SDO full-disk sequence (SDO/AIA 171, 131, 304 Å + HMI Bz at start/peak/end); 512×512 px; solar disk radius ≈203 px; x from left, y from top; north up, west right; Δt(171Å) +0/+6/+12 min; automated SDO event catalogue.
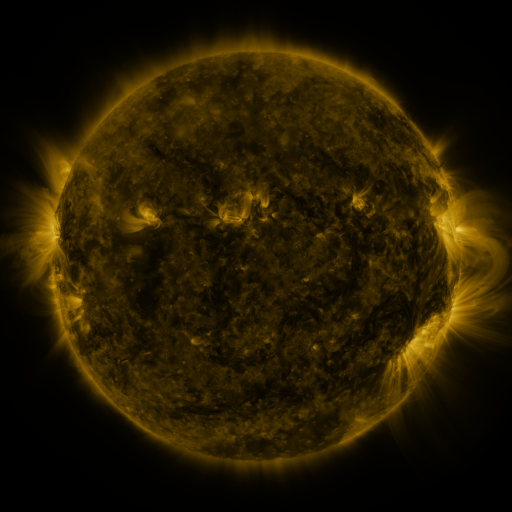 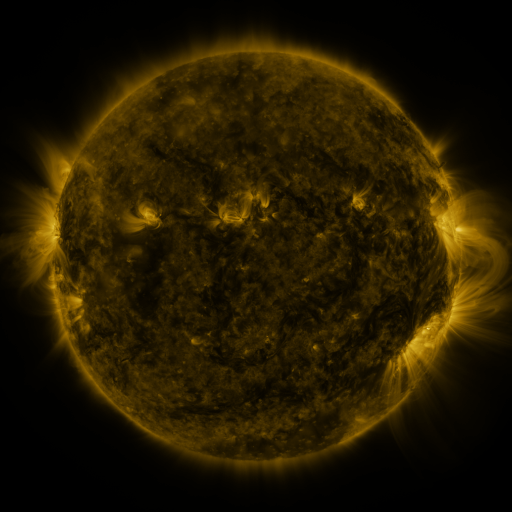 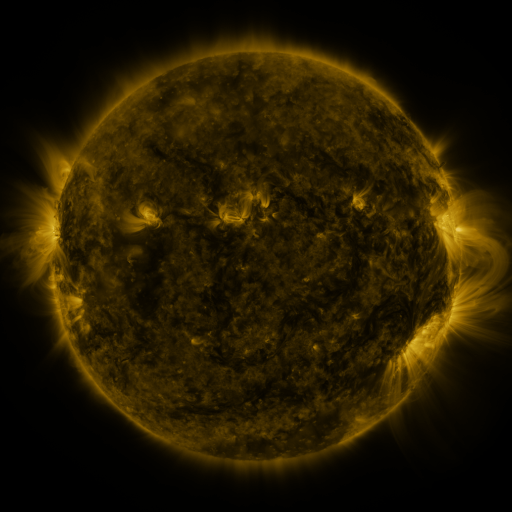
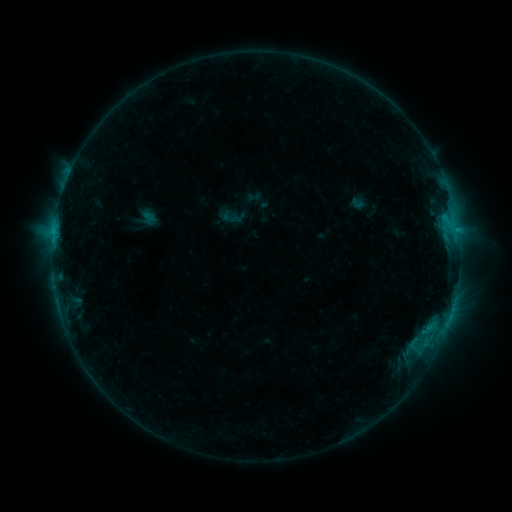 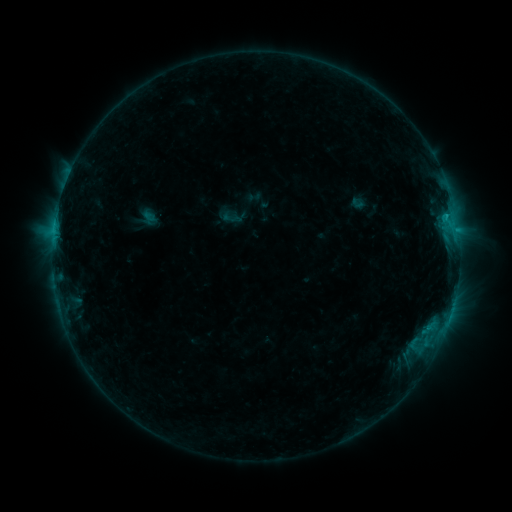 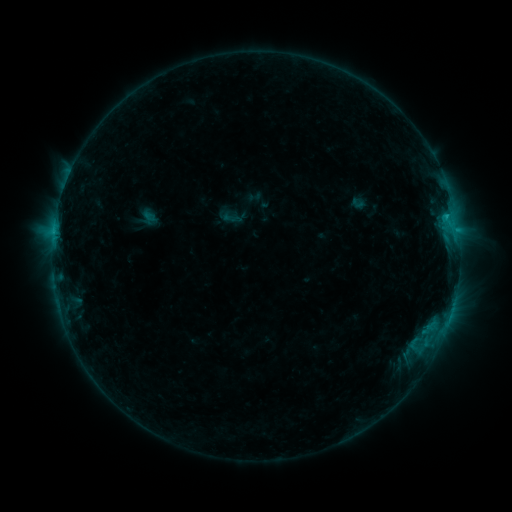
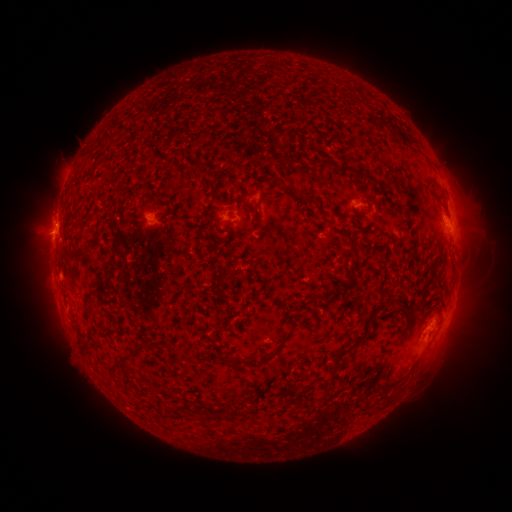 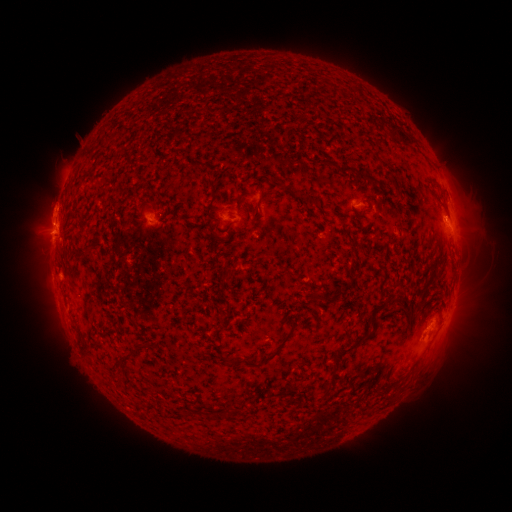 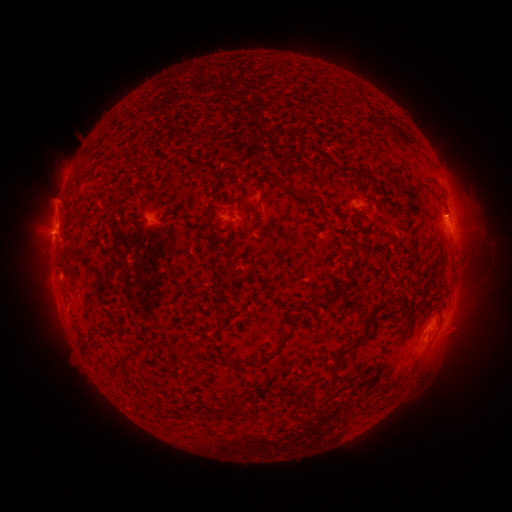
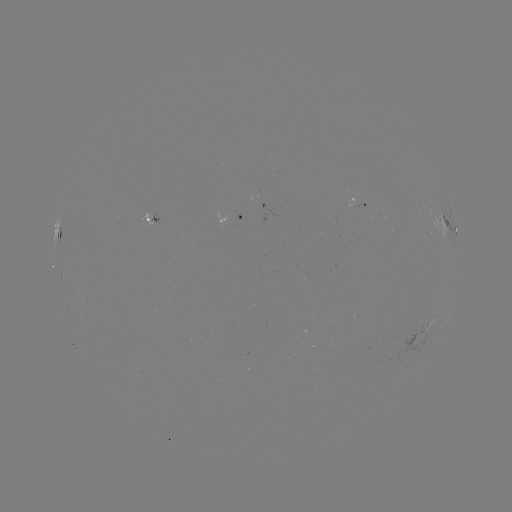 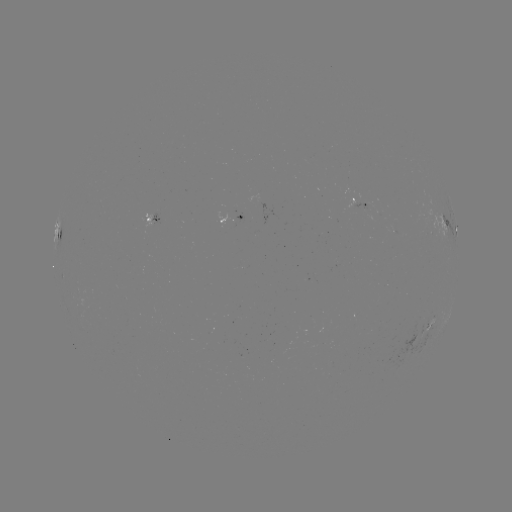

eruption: <bbox>32, 183, 78, 230</bbox>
